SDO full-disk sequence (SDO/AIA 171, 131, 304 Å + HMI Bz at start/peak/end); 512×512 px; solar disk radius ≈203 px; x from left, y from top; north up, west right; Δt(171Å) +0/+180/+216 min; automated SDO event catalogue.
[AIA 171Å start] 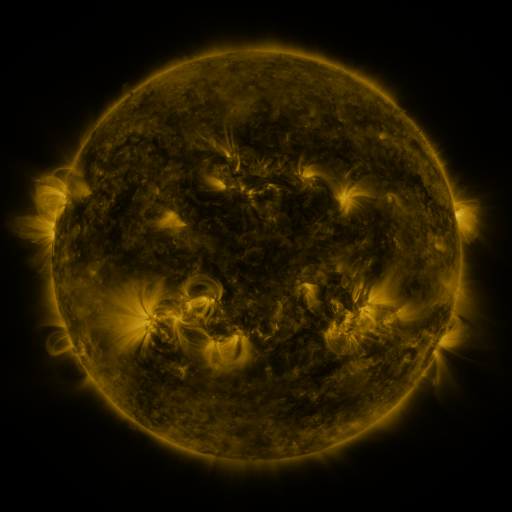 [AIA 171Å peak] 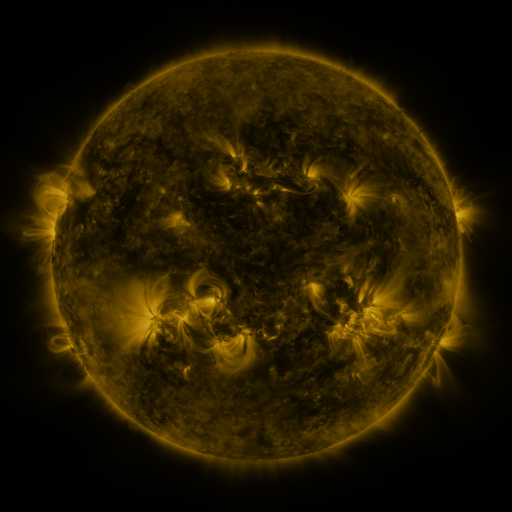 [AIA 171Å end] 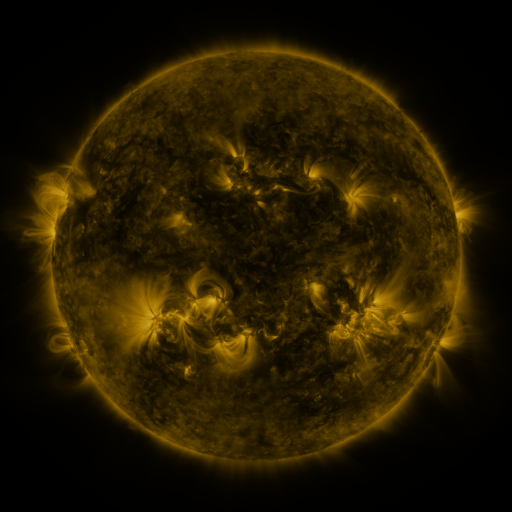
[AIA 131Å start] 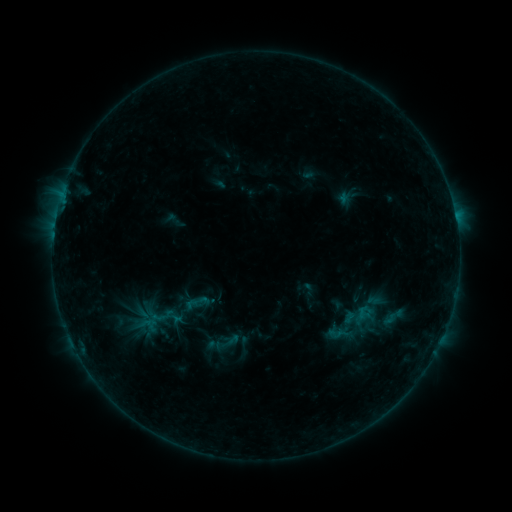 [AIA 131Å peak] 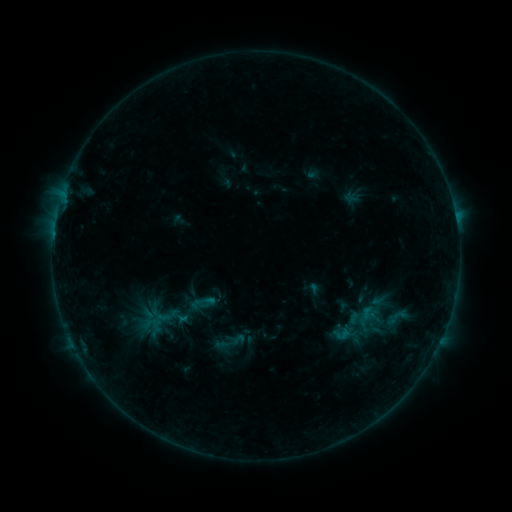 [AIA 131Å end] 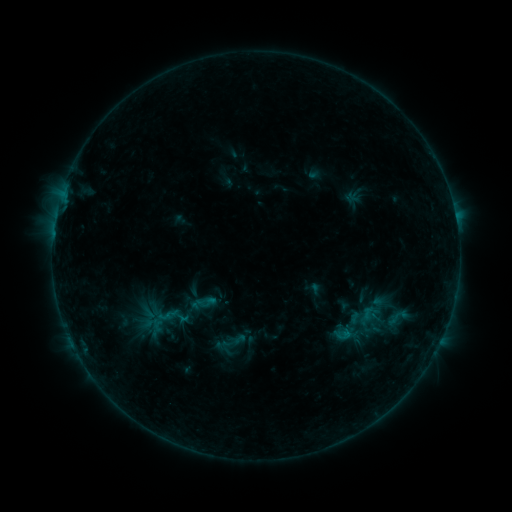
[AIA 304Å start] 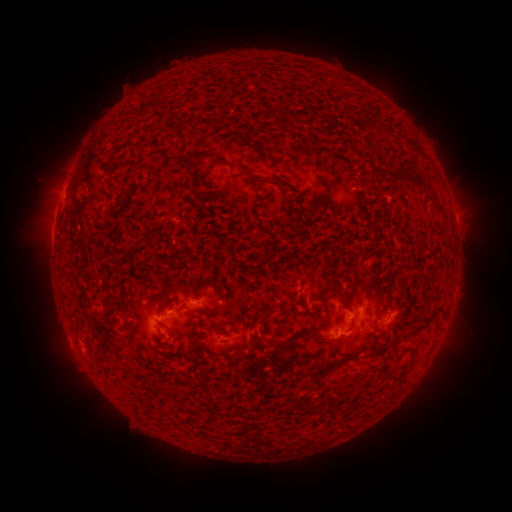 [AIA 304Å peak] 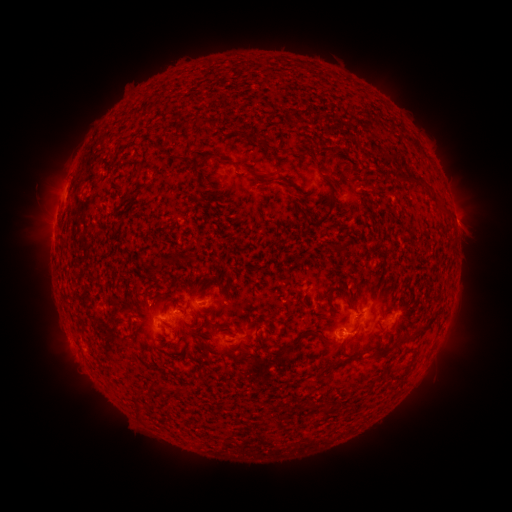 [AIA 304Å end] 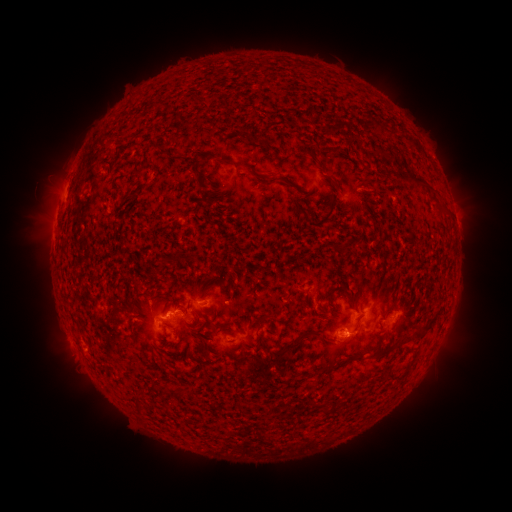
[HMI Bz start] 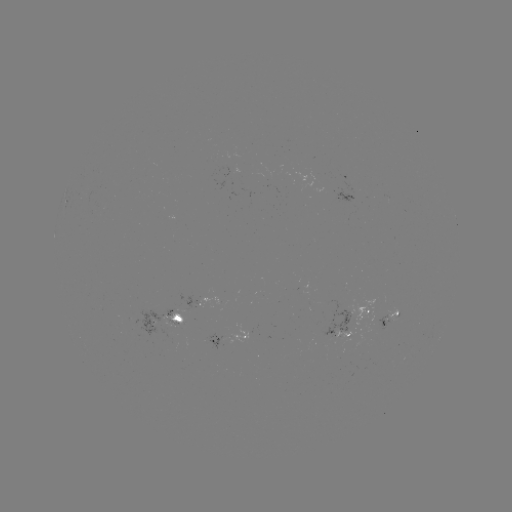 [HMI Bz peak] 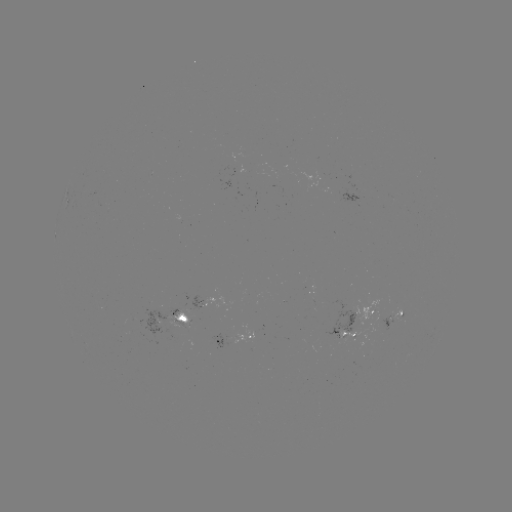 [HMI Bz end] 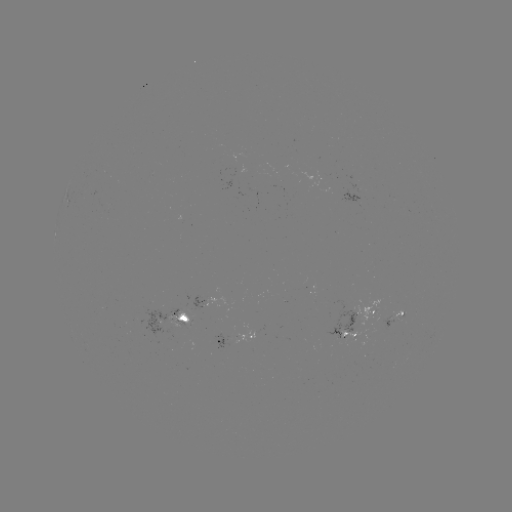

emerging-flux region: (217, 152, 233, 175)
